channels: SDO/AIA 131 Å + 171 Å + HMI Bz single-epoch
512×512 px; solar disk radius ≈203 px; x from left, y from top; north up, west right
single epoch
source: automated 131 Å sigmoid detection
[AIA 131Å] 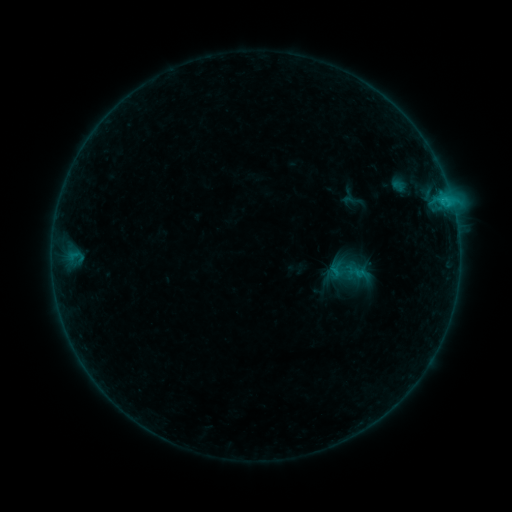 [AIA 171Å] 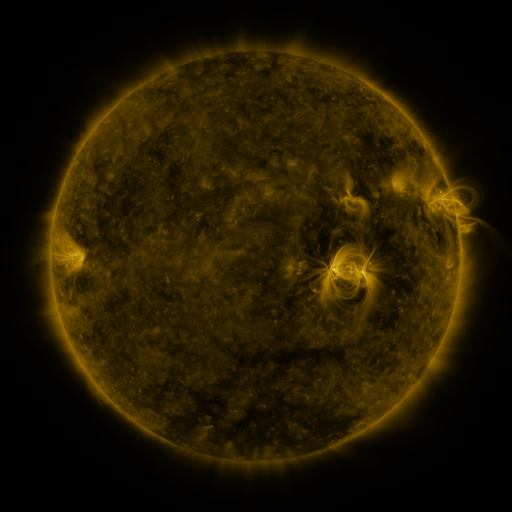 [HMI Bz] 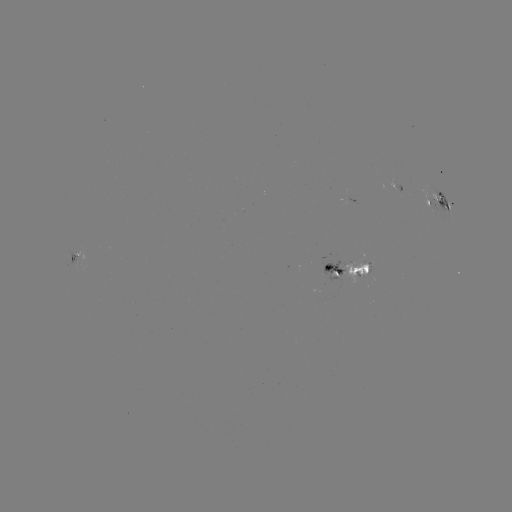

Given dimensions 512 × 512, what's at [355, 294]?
sigmoid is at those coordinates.